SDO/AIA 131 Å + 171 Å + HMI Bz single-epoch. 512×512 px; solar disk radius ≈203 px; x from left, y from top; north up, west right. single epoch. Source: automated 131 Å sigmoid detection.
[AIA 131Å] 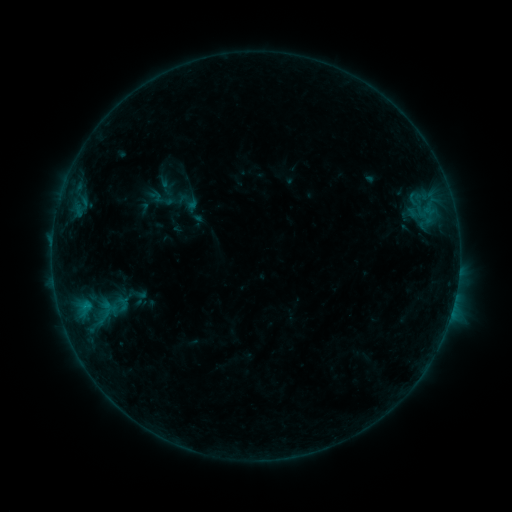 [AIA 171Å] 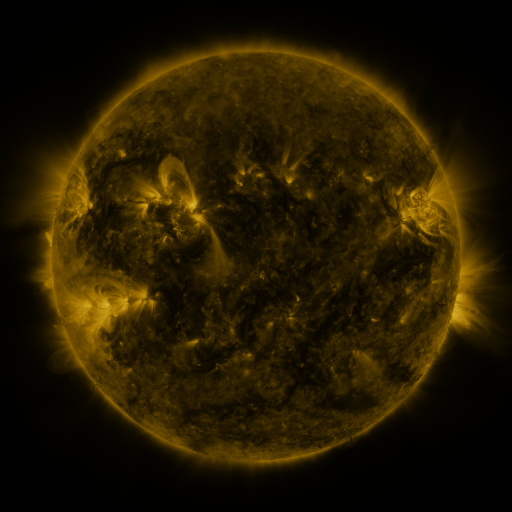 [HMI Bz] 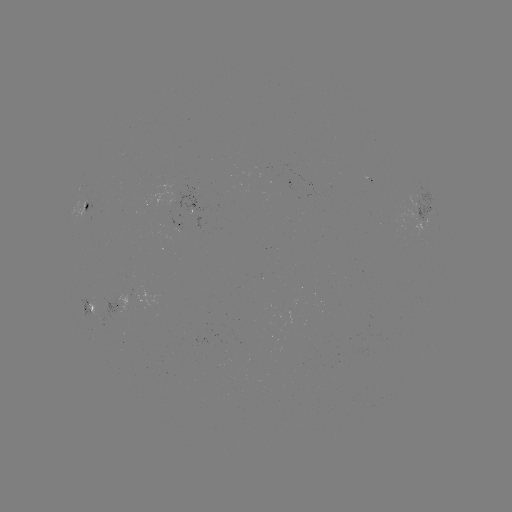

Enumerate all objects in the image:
sigmoid: (99, 298, 122, 314)
